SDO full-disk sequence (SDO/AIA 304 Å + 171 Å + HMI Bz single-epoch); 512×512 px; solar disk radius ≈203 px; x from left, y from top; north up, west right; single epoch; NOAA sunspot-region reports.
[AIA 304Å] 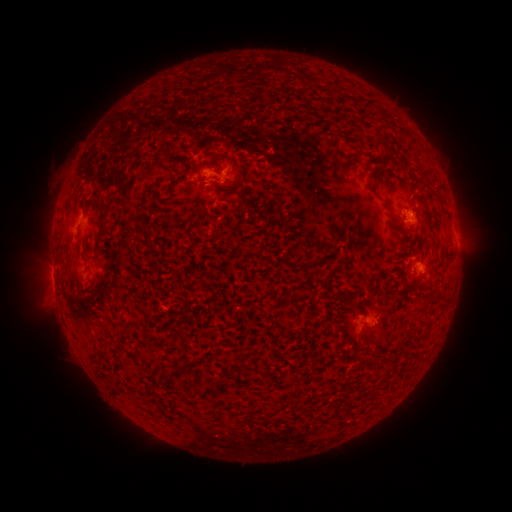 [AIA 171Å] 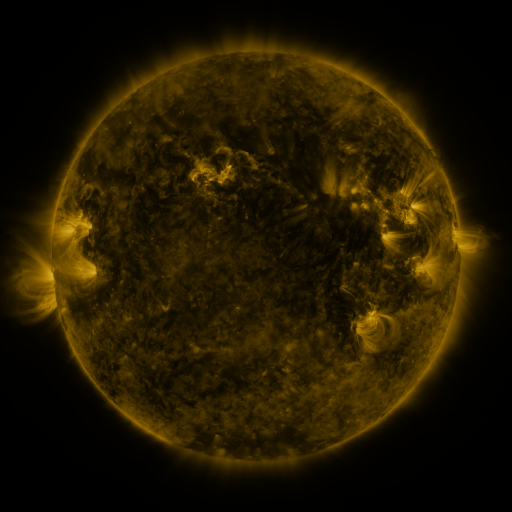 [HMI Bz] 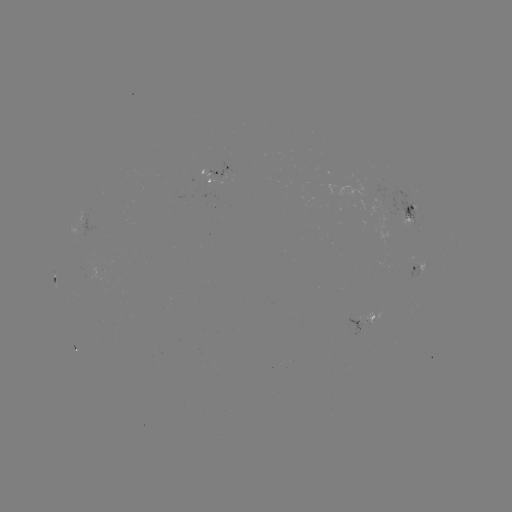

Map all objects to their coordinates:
spotted active region: (219, 174)
spotted active region: (409, 214)
spotted active region: (420, 268)
spotted active region: (365, 321)
